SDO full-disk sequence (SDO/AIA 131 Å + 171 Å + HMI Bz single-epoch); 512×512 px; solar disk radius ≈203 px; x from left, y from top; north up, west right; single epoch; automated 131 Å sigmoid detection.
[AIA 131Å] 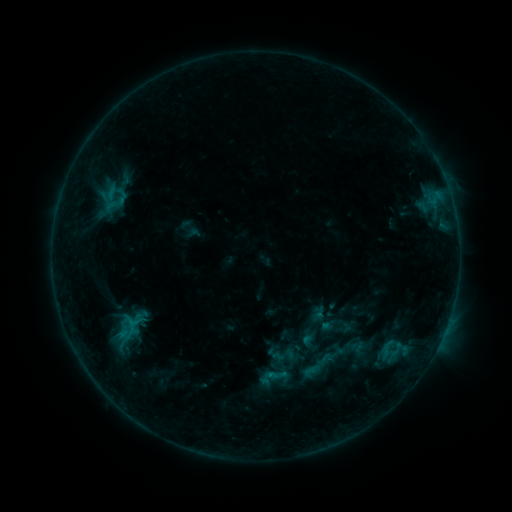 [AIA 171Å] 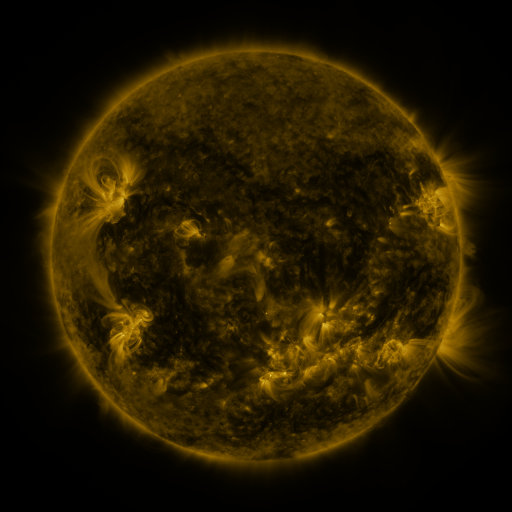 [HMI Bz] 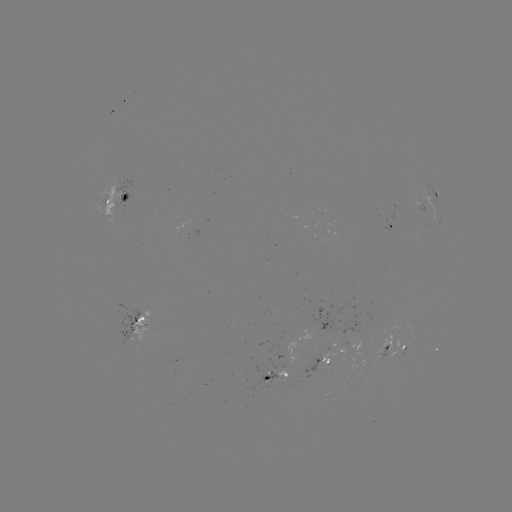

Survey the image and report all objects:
sigmoid: (318, 366)
sigmoid: (275, 375)
